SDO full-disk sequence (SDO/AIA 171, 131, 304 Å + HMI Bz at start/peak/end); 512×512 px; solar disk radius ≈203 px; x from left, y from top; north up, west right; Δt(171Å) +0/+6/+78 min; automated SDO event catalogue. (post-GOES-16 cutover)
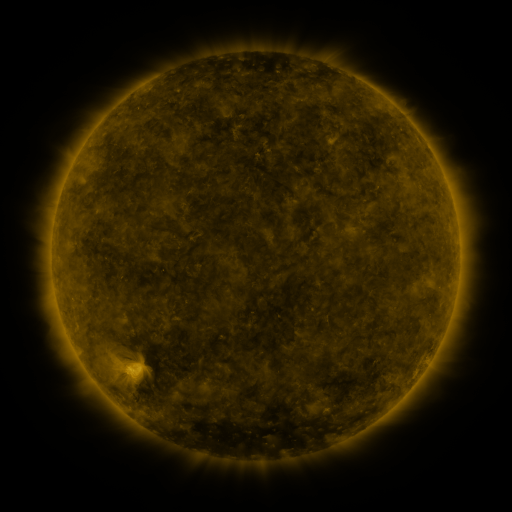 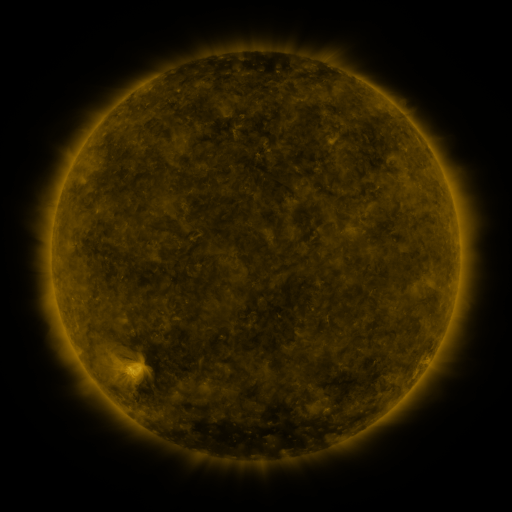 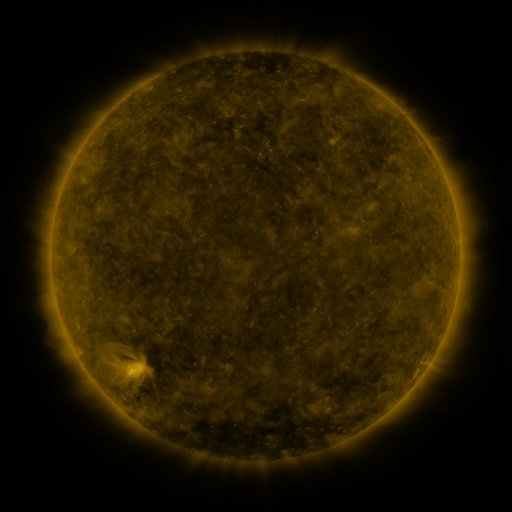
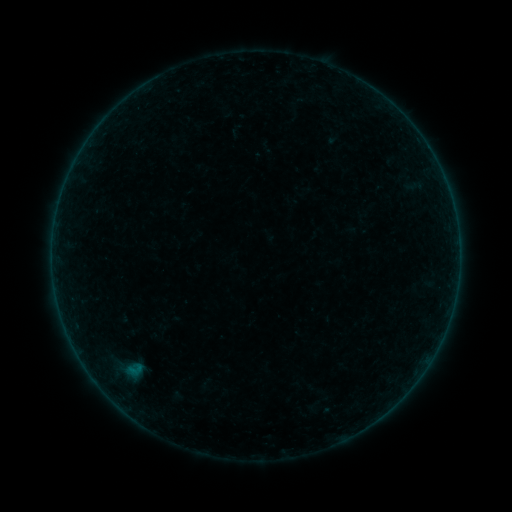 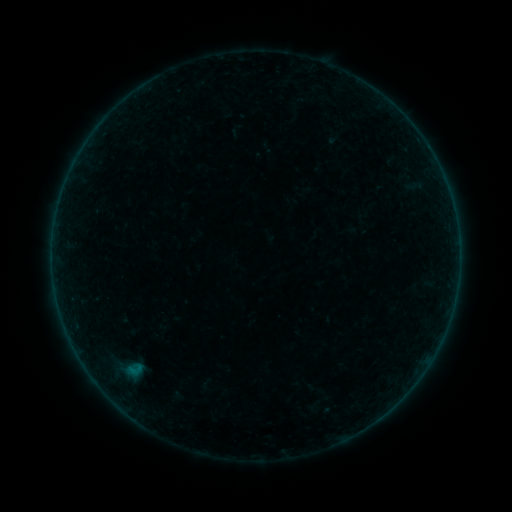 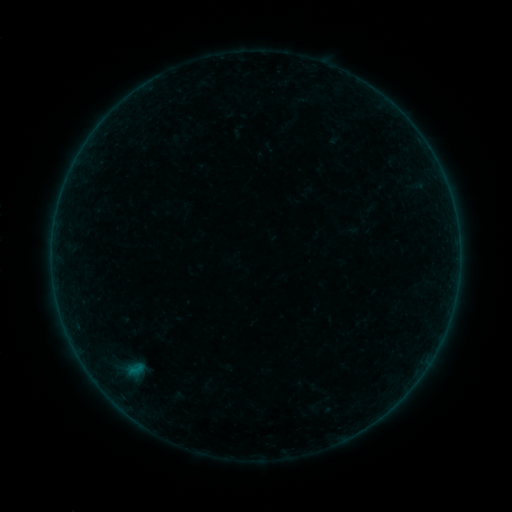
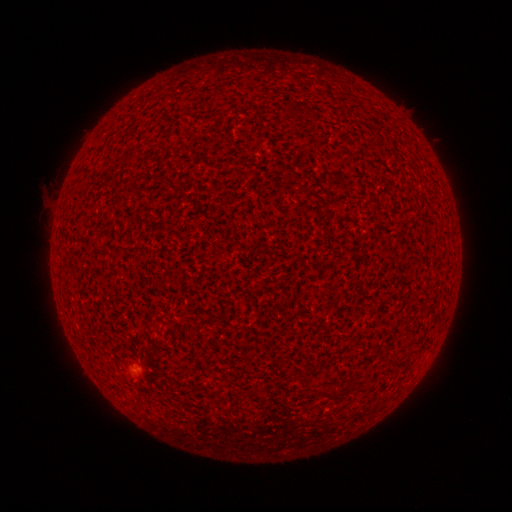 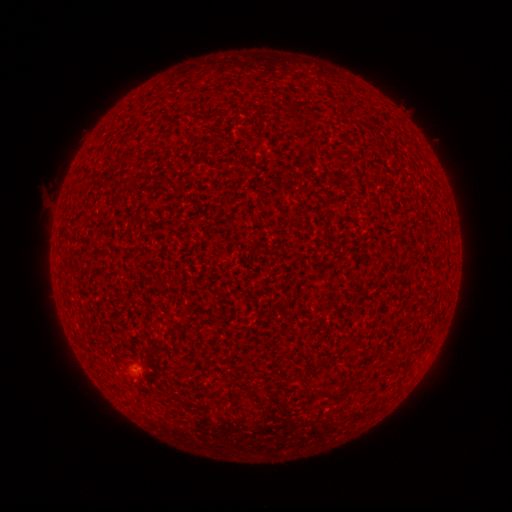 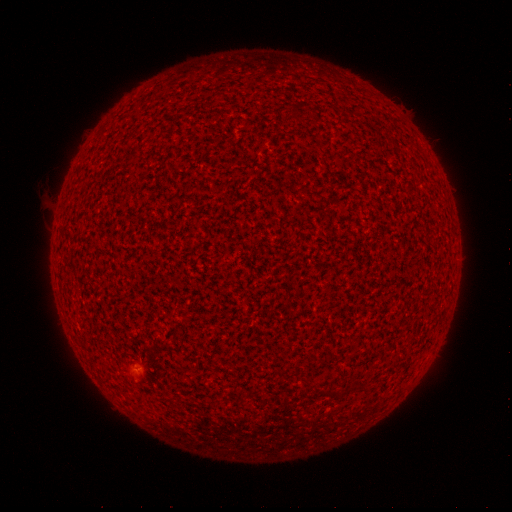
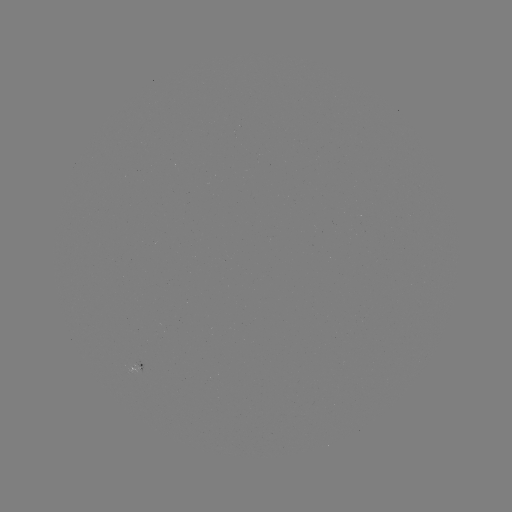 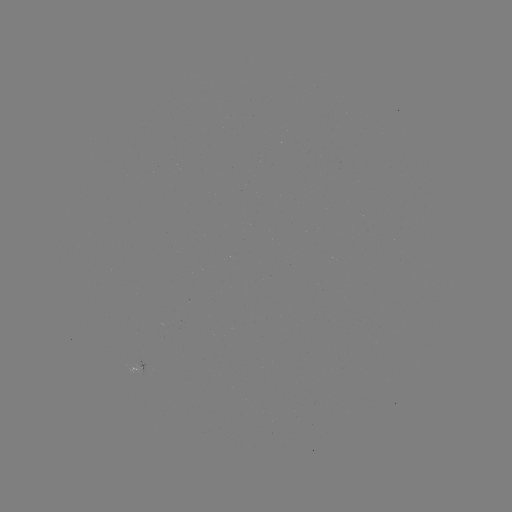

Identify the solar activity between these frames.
B1.0 flare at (140, 365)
